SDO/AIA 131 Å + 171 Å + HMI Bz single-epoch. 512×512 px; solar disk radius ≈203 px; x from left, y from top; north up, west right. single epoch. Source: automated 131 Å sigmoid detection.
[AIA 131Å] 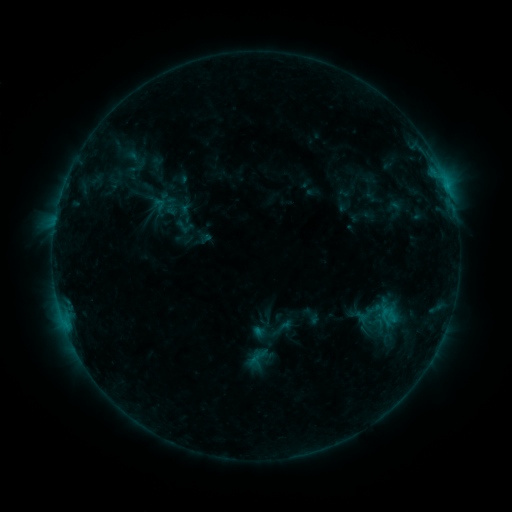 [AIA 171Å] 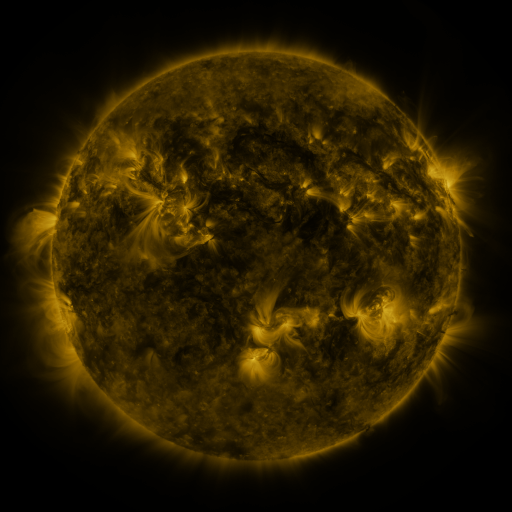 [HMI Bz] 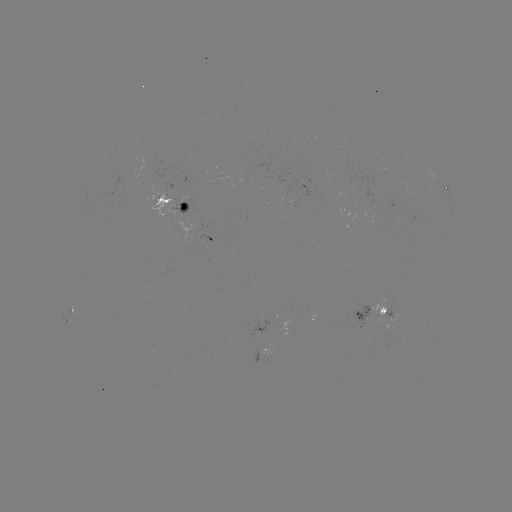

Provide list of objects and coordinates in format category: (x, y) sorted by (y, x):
sigmoid: (136, 158)
